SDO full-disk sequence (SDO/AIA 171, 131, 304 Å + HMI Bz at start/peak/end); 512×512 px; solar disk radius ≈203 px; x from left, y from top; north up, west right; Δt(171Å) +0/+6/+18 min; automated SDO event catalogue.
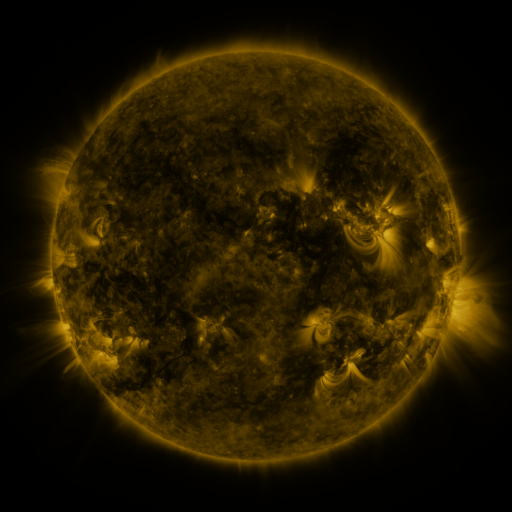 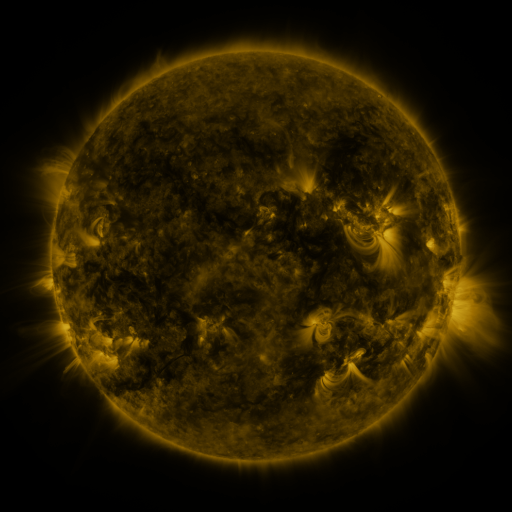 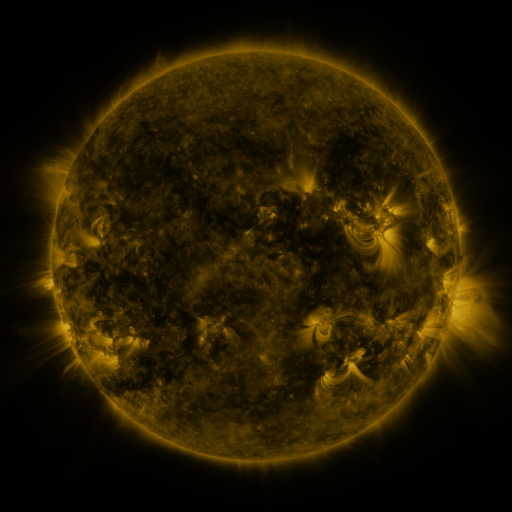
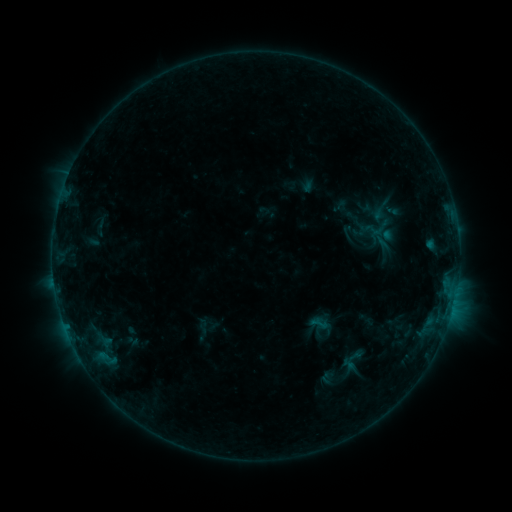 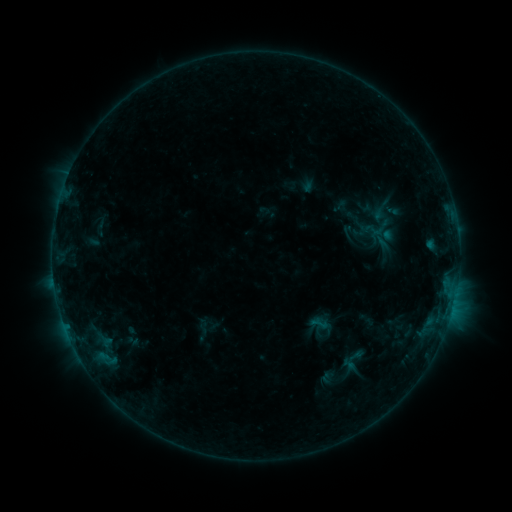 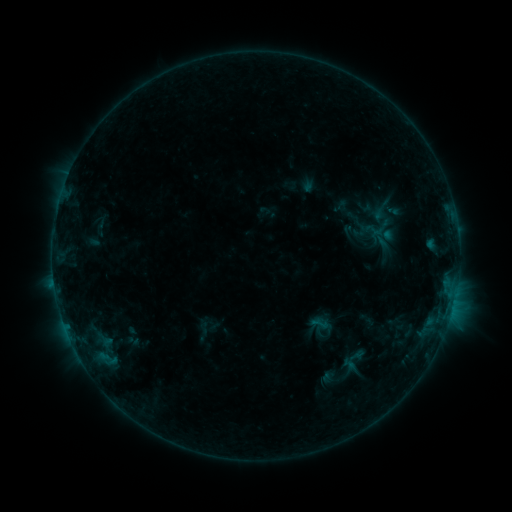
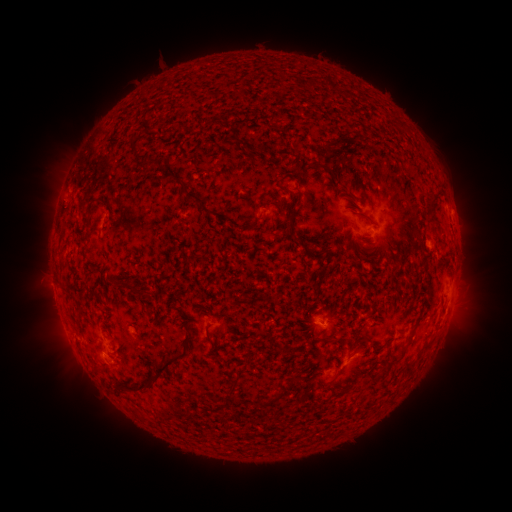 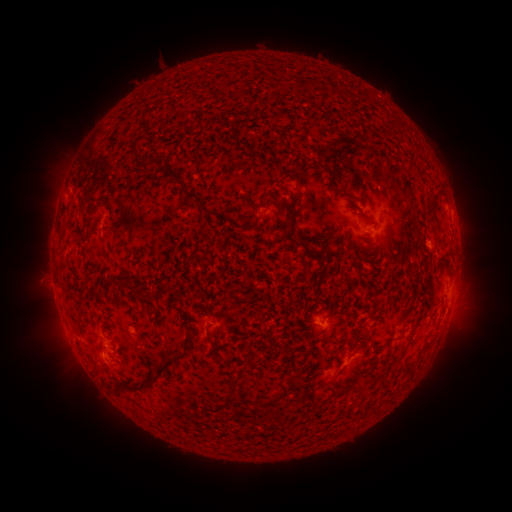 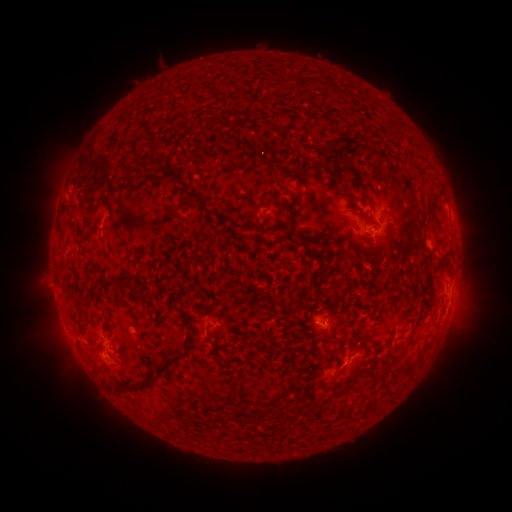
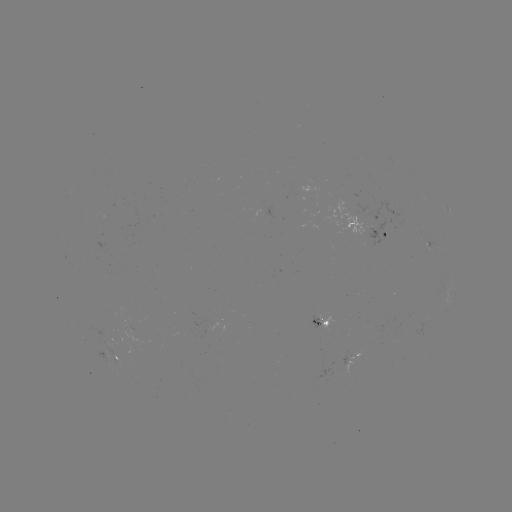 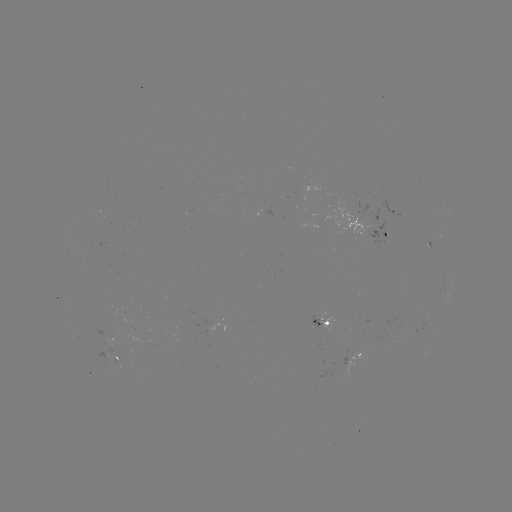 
no flare in any classed list; no EUV-trigger detection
